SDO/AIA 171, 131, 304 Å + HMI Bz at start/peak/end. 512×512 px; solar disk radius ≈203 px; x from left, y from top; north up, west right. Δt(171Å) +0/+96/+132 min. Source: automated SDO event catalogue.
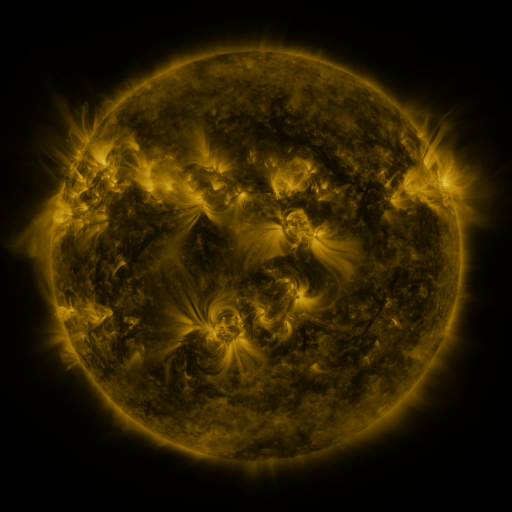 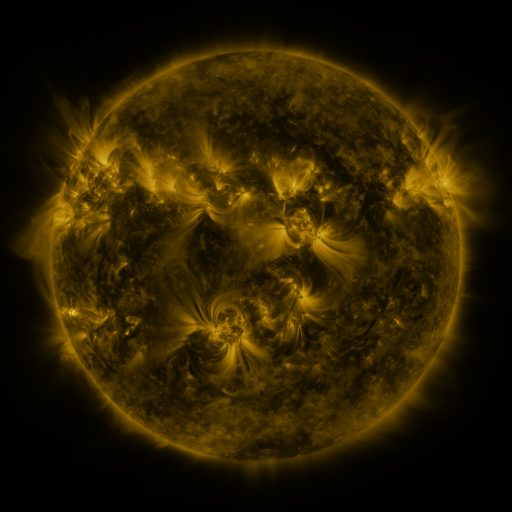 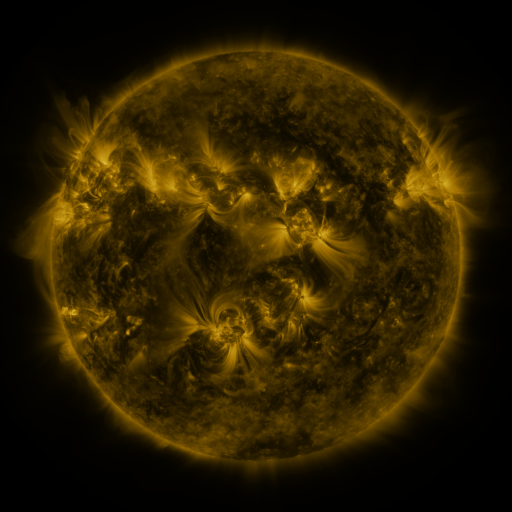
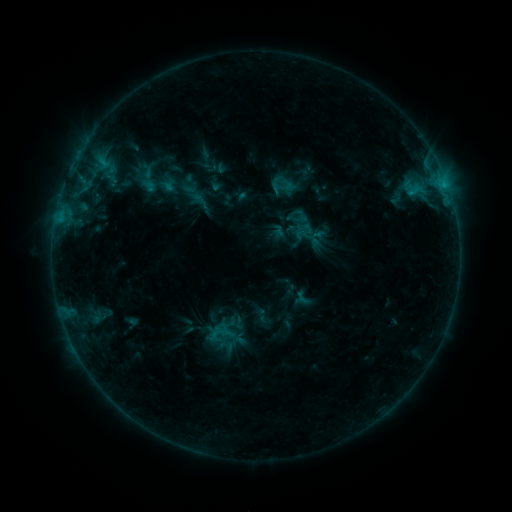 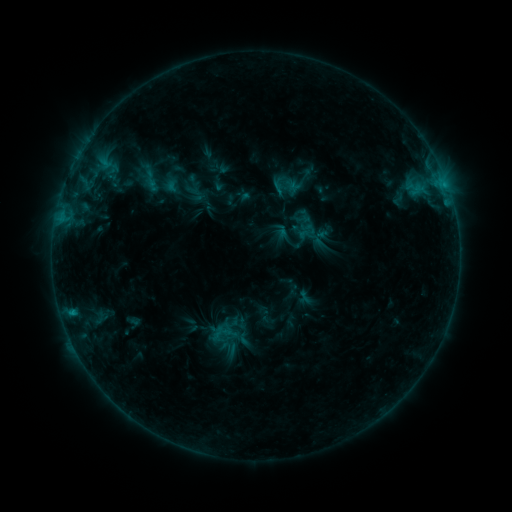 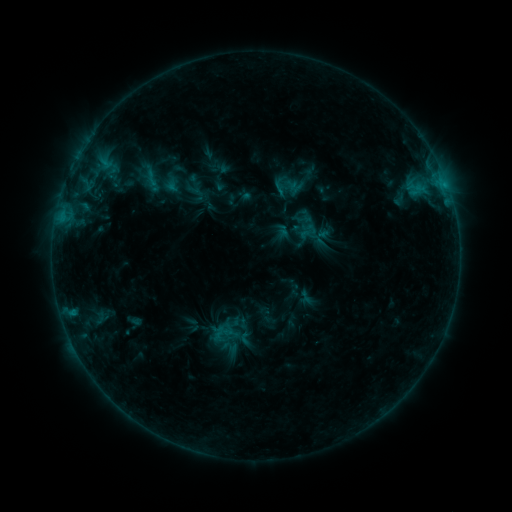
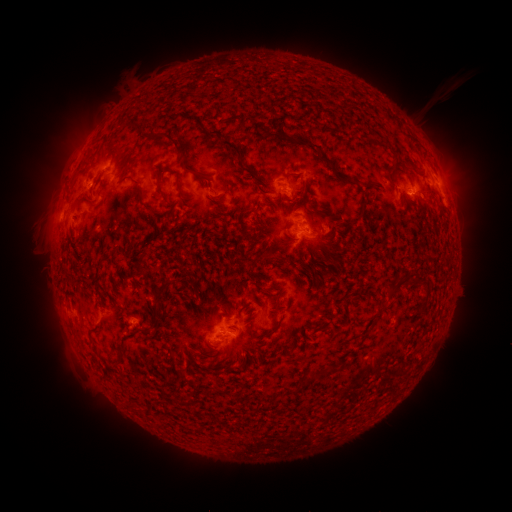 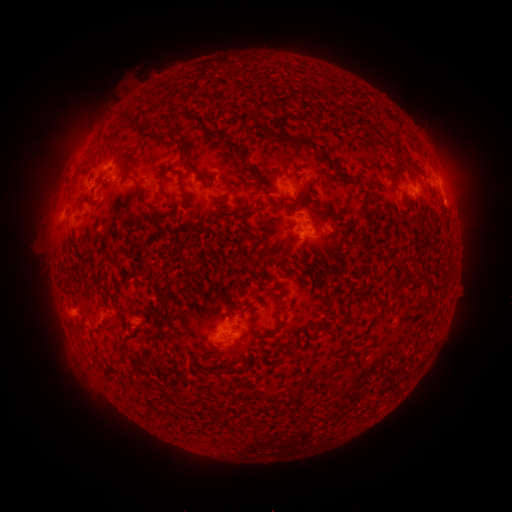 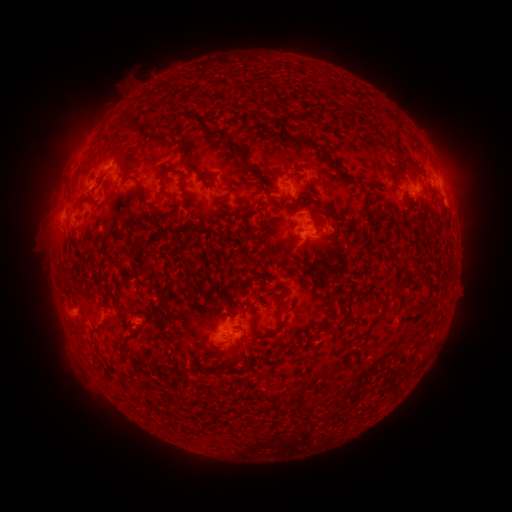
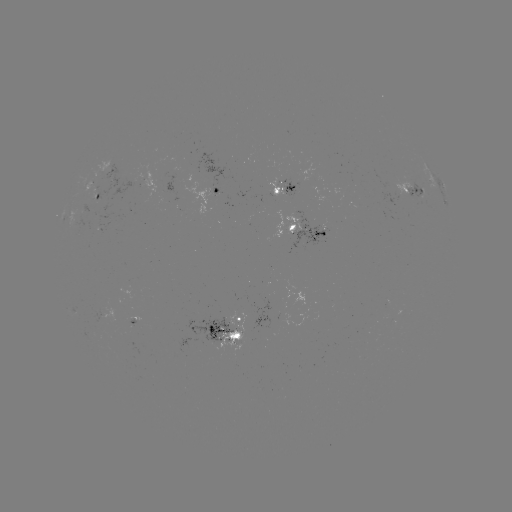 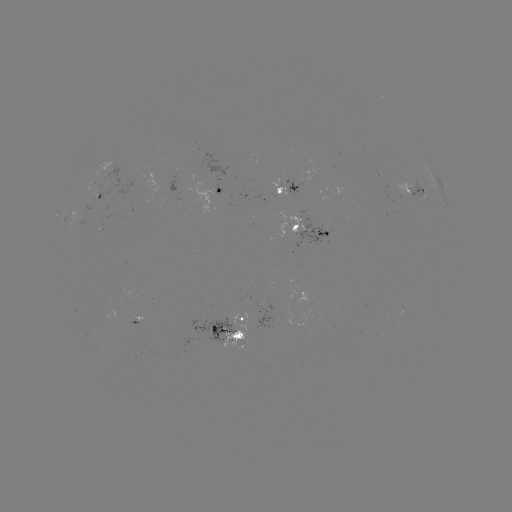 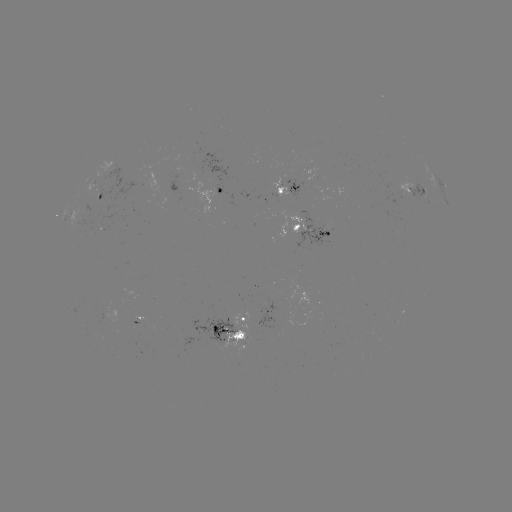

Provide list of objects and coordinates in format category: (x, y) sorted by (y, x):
emerging-flux region: (384, 181)
